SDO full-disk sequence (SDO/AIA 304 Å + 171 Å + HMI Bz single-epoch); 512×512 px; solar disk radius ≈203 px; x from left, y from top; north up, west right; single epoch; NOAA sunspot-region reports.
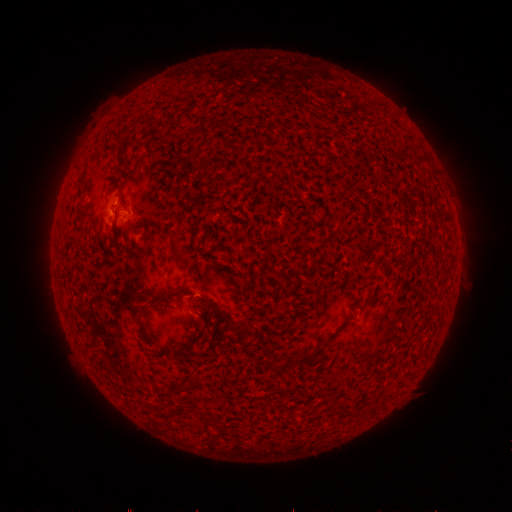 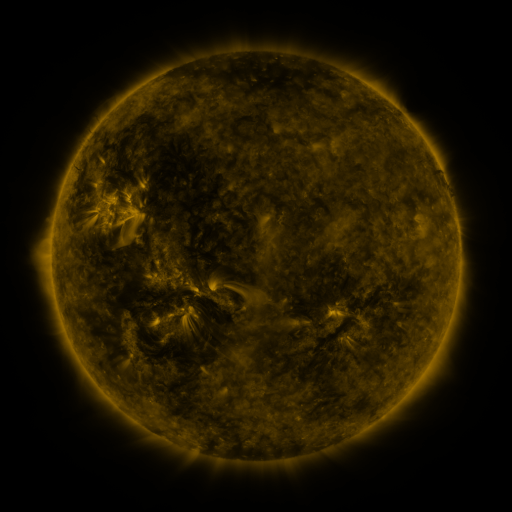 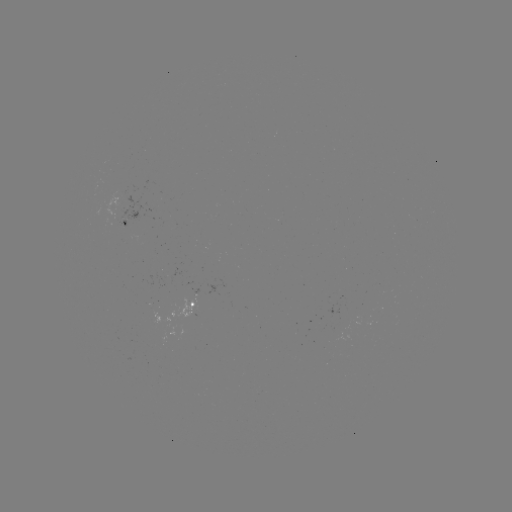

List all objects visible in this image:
spotted active region: (130, 227)
spotted active region: (197, 304)
